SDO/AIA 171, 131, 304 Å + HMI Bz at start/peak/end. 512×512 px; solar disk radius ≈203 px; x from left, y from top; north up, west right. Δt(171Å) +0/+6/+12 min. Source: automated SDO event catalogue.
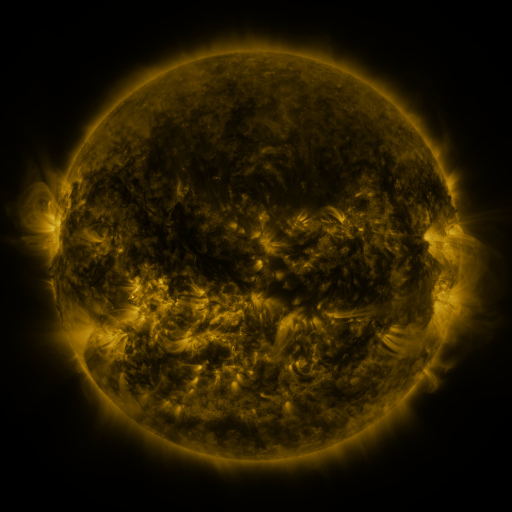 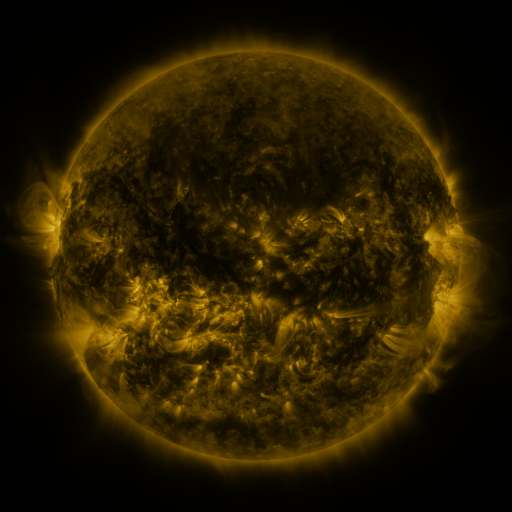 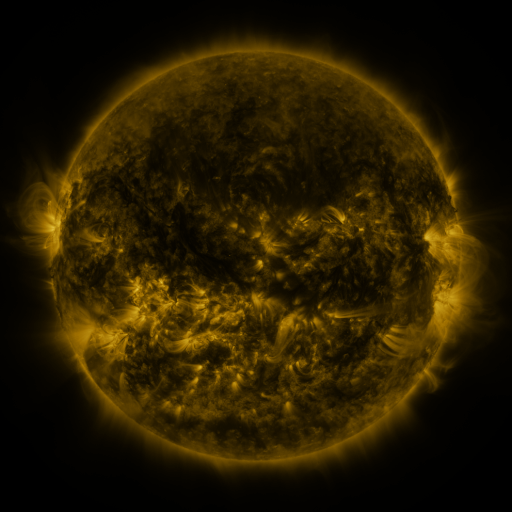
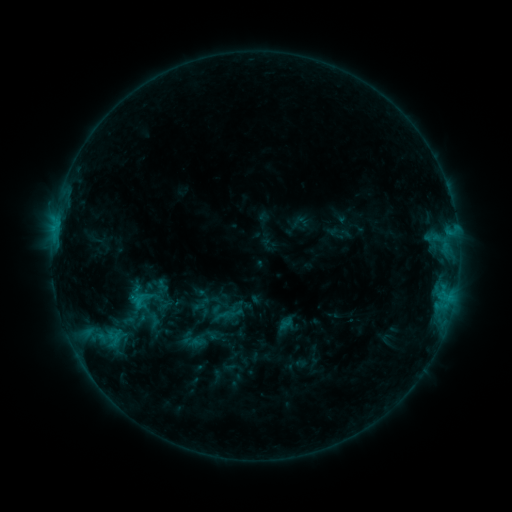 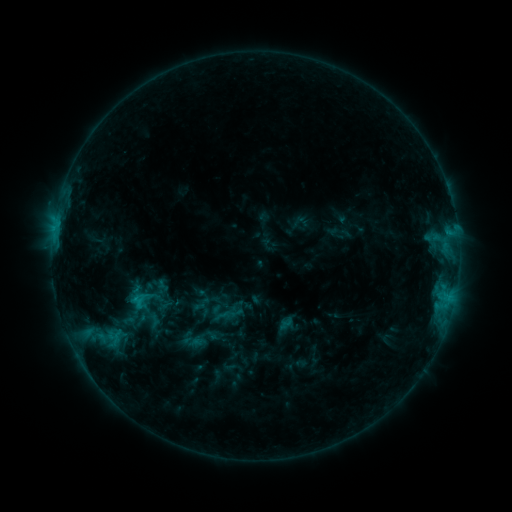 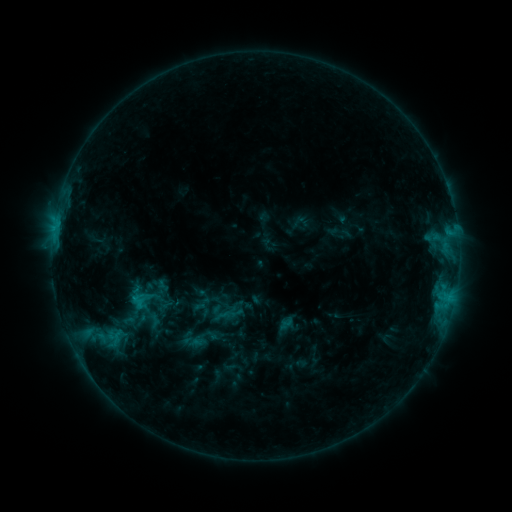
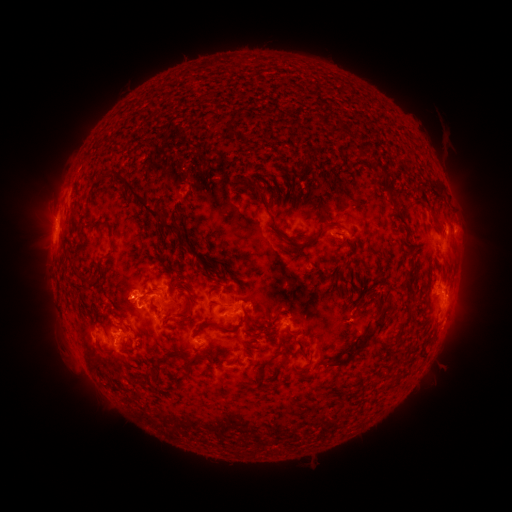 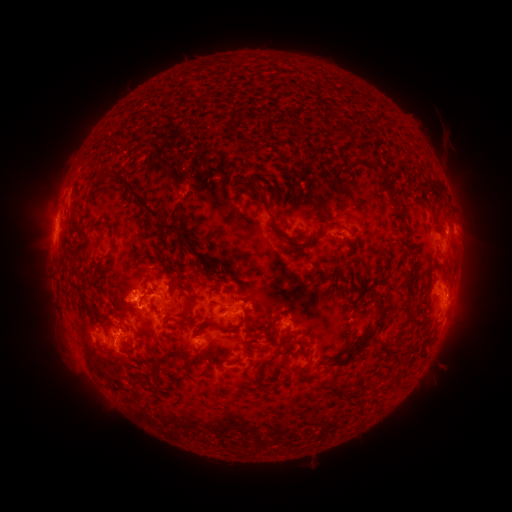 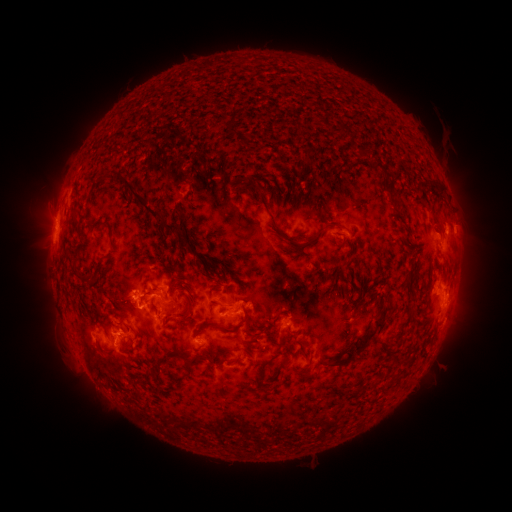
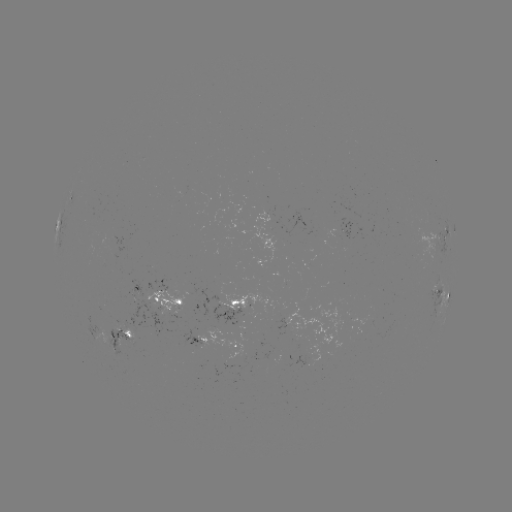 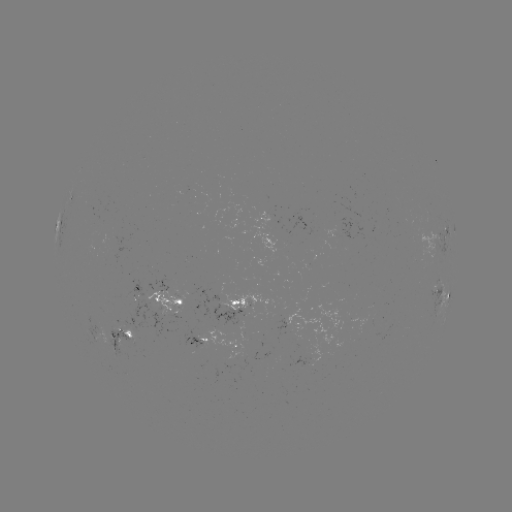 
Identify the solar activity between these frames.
no catalogued flare and no flagged EUV brightening in this window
